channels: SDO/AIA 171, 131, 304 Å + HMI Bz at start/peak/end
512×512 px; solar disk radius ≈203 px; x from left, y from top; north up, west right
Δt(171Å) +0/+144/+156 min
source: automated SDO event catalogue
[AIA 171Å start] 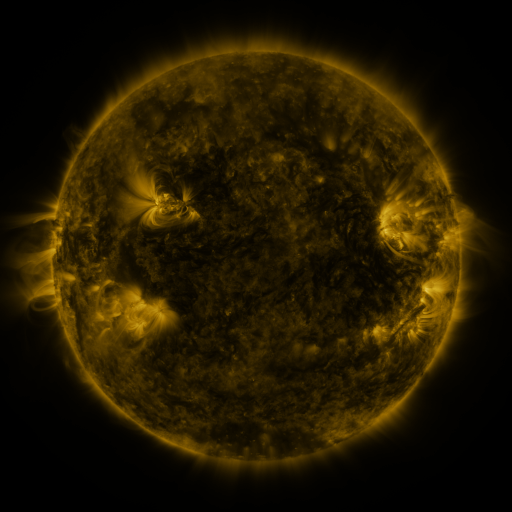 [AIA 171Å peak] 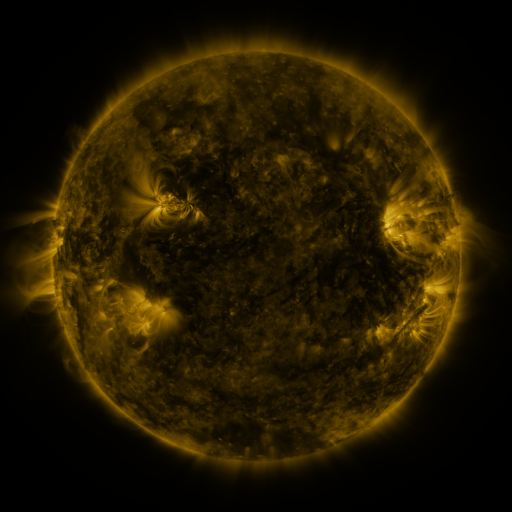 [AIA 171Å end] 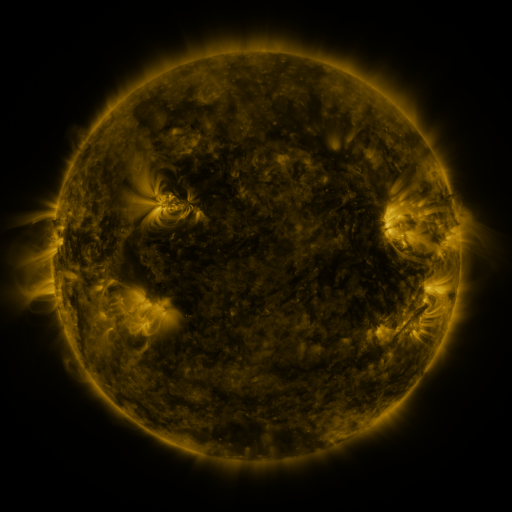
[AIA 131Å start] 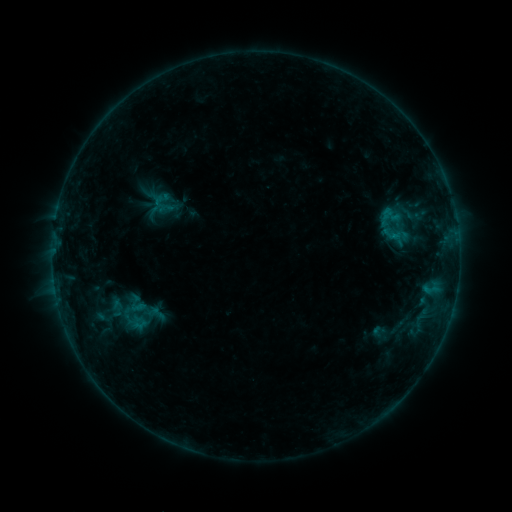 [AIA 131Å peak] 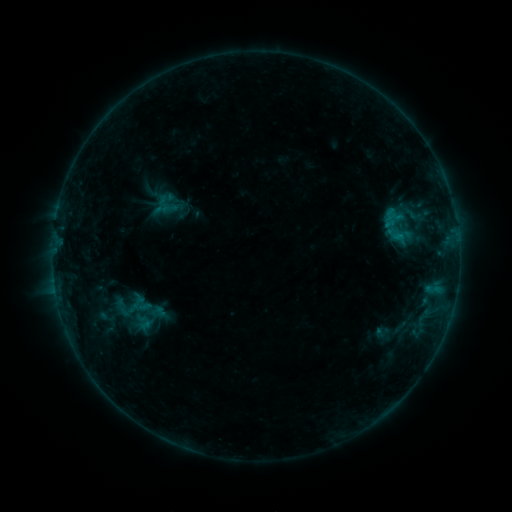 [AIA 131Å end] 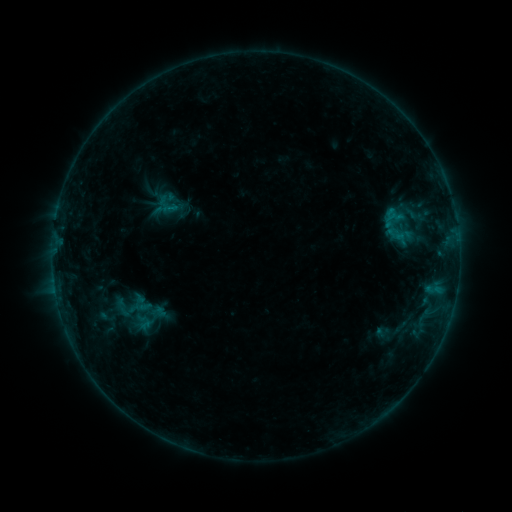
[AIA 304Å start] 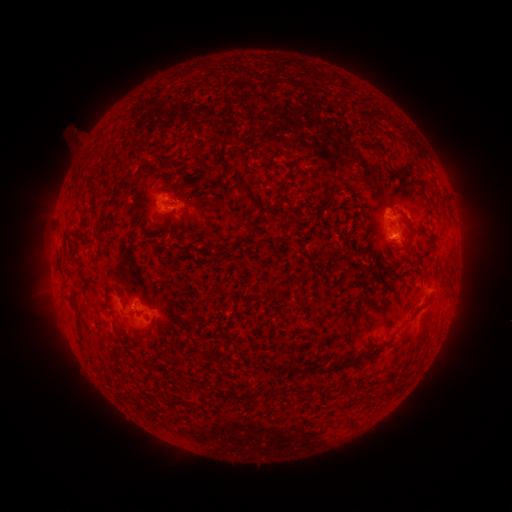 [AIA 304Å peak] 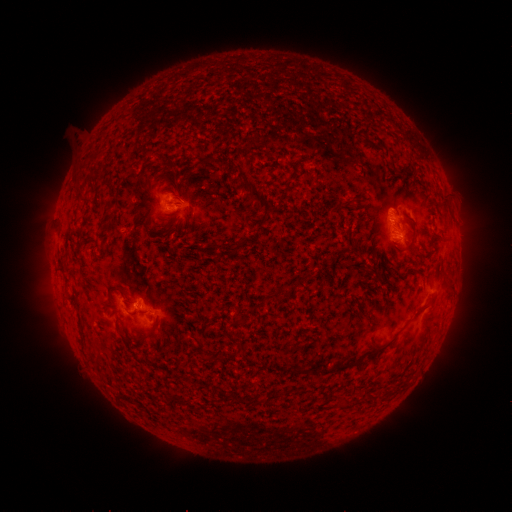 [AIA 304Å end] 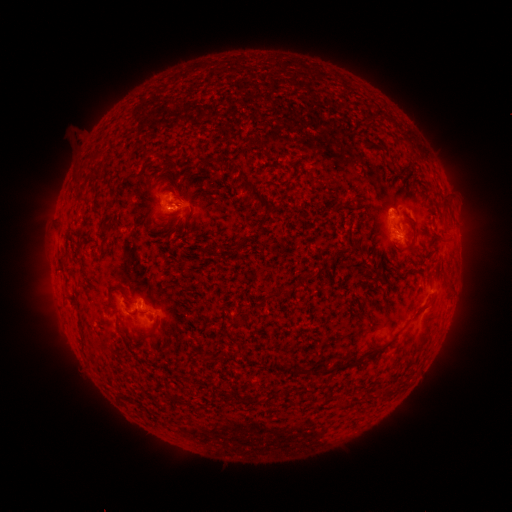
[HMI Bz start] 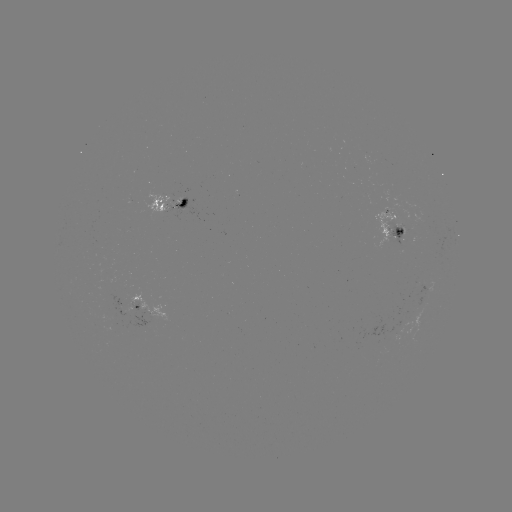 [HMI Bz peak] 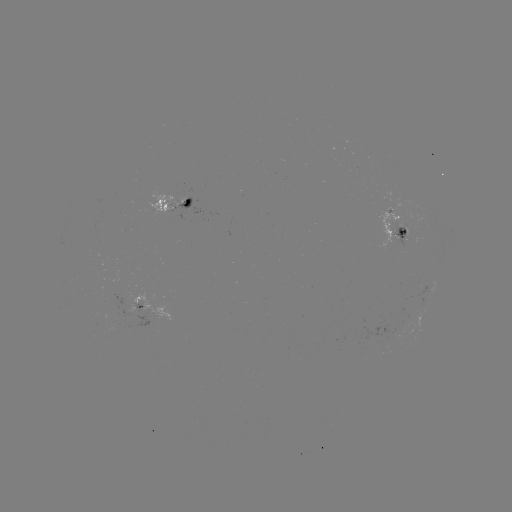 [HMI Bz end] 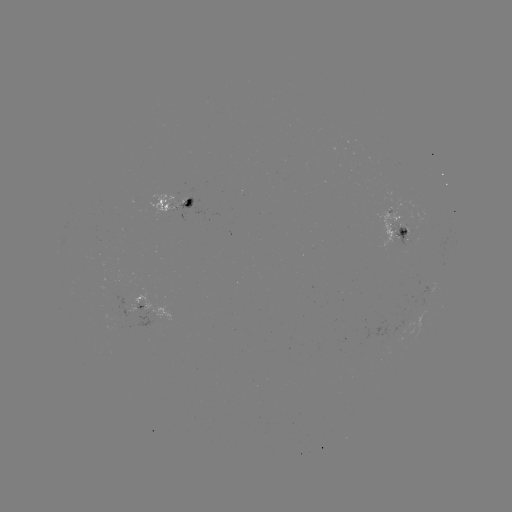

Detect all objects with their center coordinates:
emerging-flux region: (397, 233)
